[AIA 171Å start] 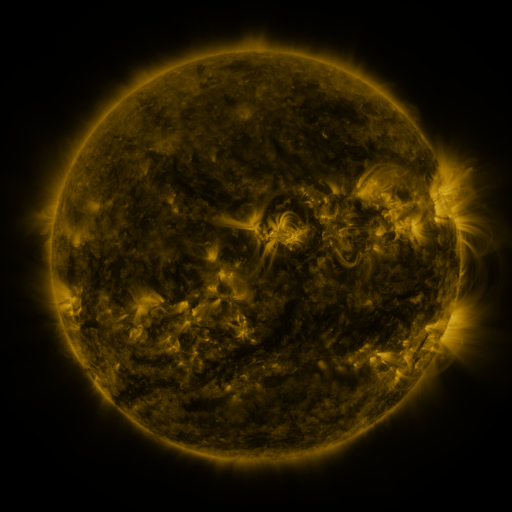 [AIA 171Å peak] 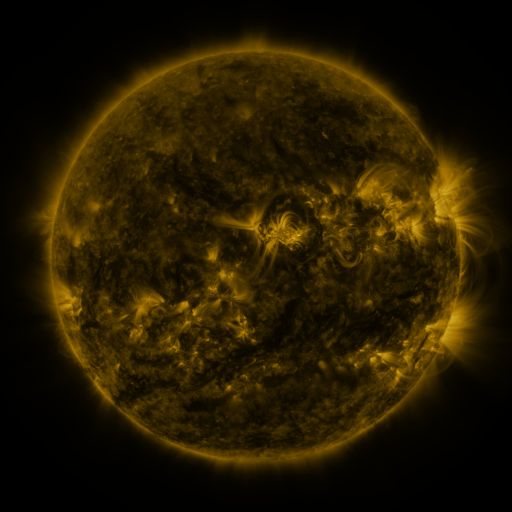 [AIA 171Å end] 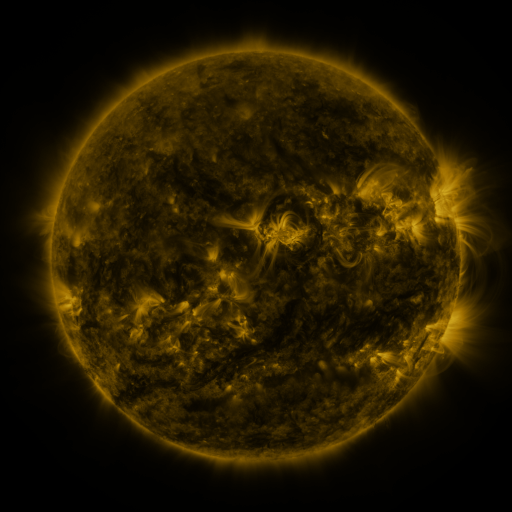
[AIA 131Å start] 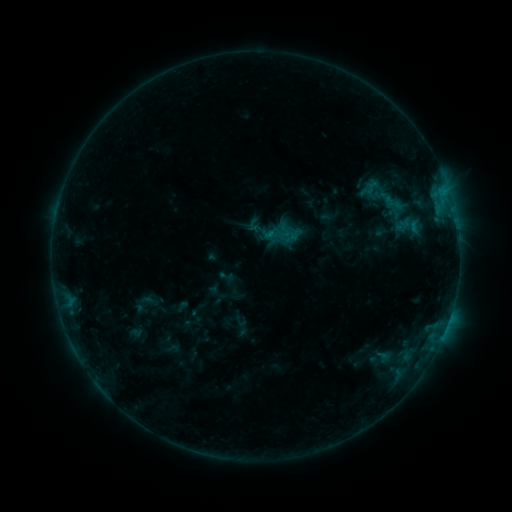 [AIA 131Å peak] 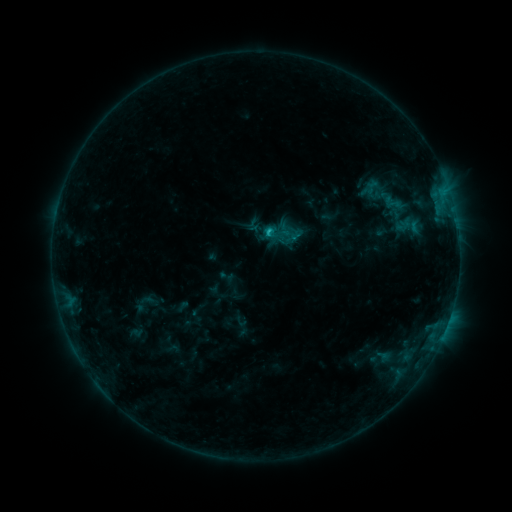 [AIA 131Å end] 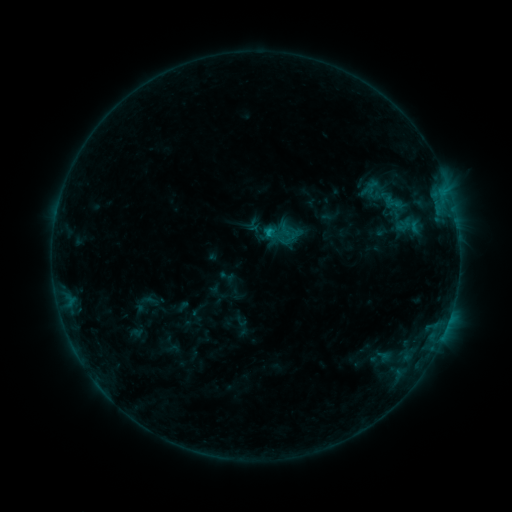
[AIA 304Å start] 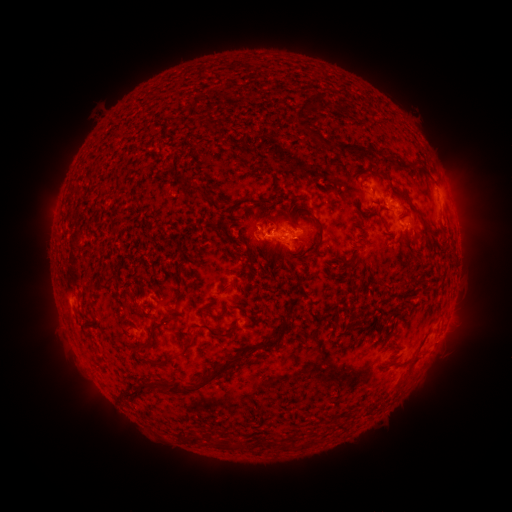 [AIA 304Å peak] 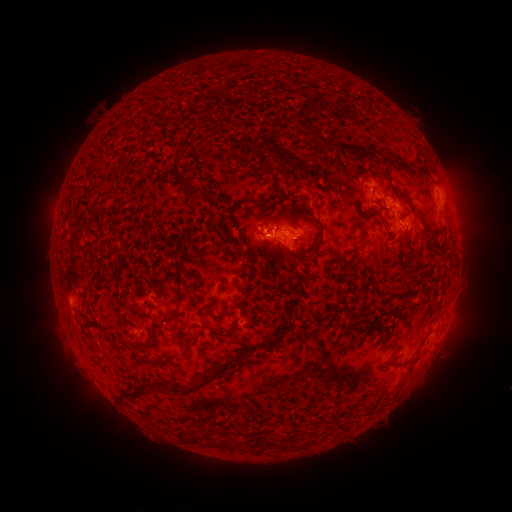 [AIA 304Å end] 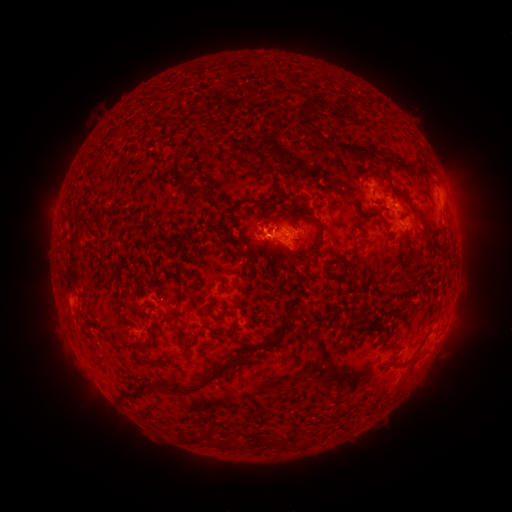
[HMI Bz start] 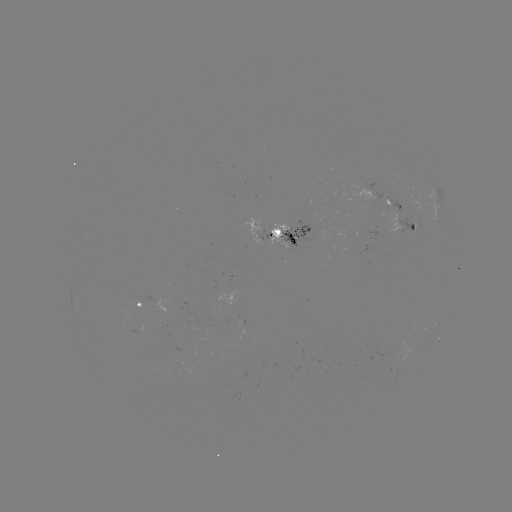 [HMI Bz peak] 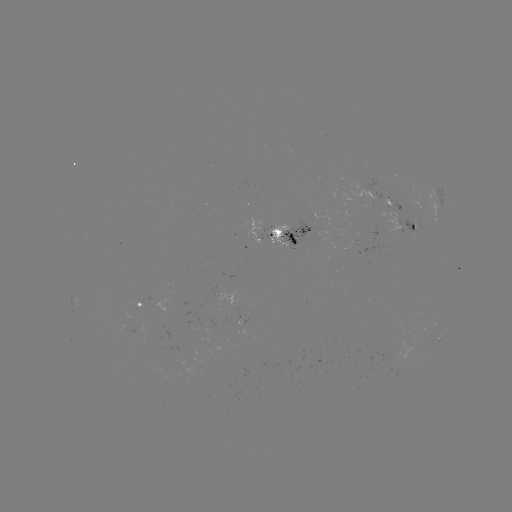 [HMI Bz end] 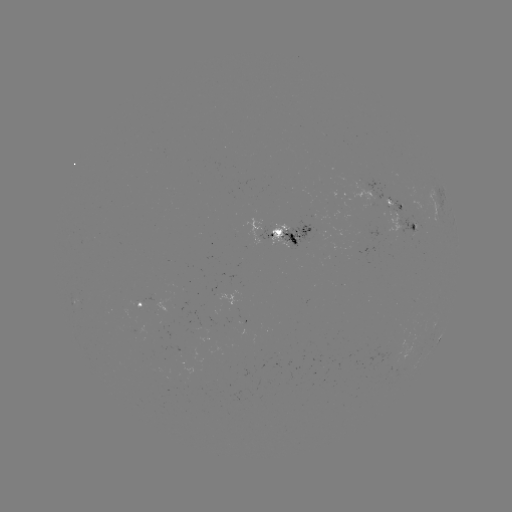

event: flare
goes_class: B9.5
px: (266, 234)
